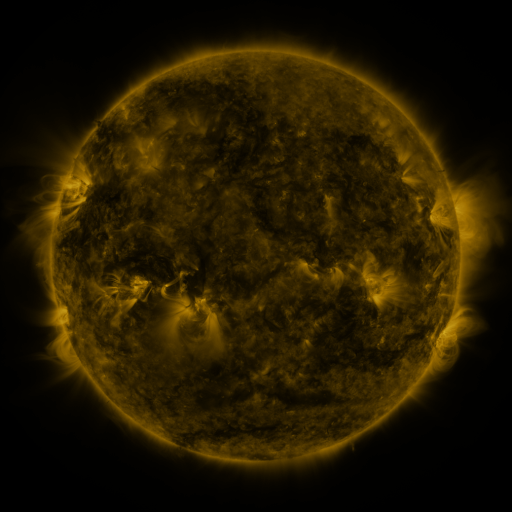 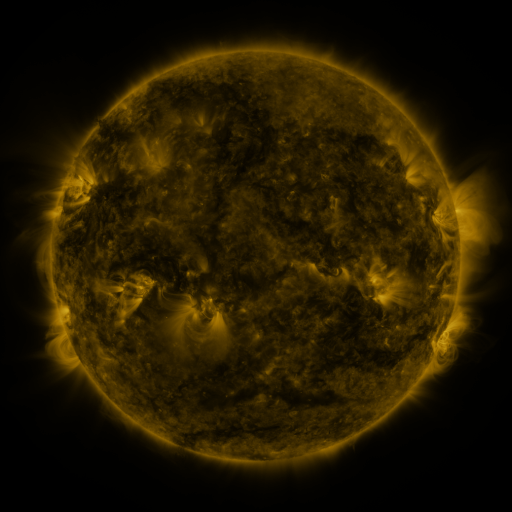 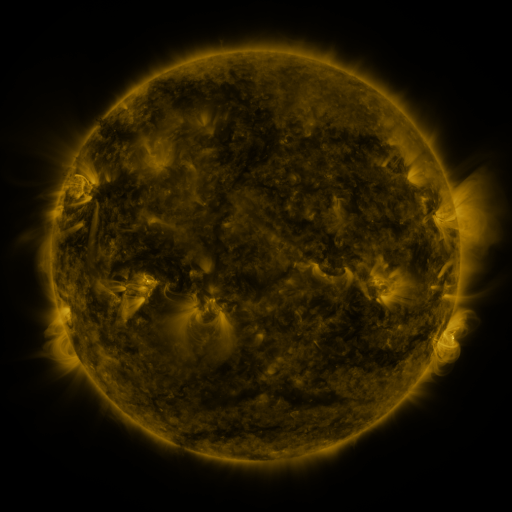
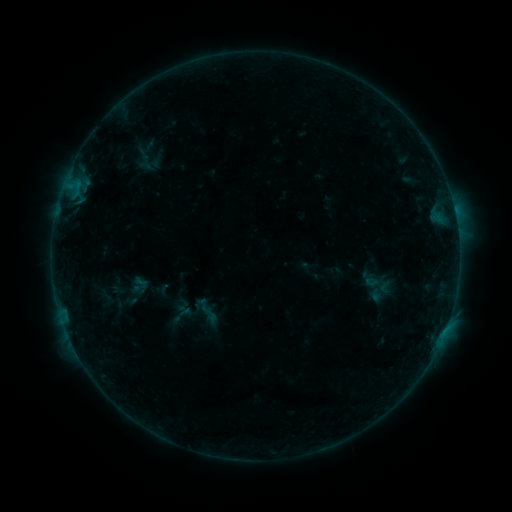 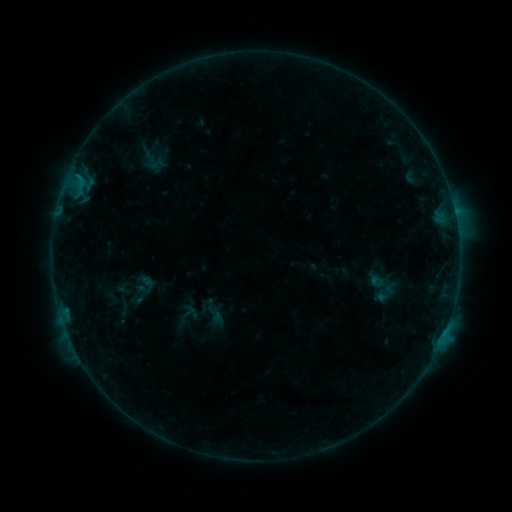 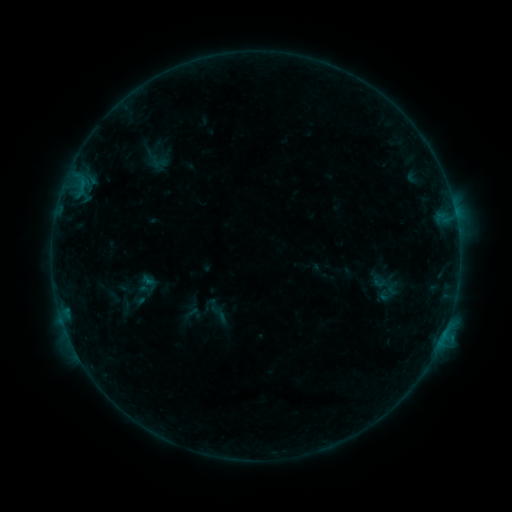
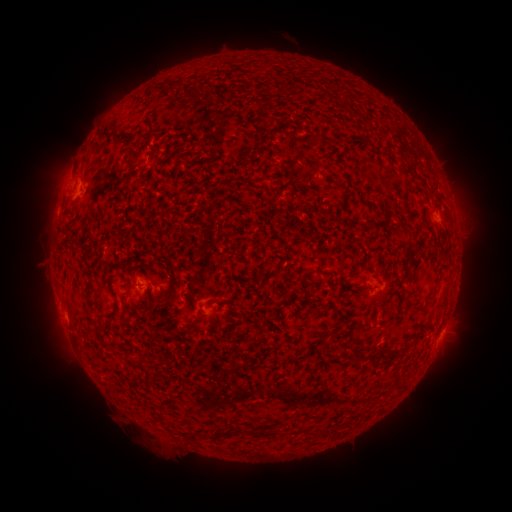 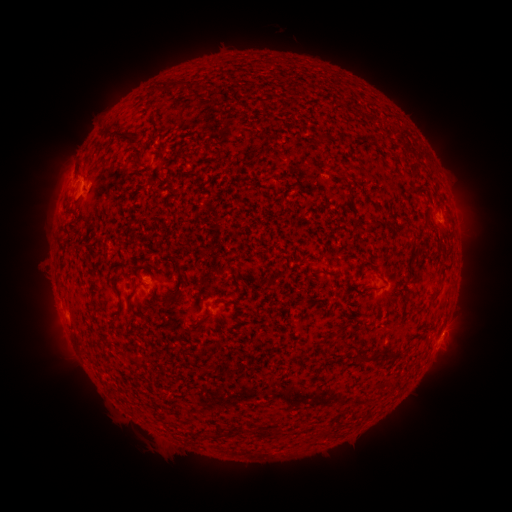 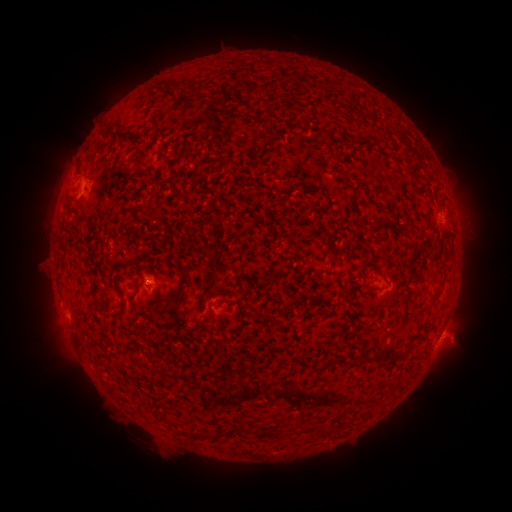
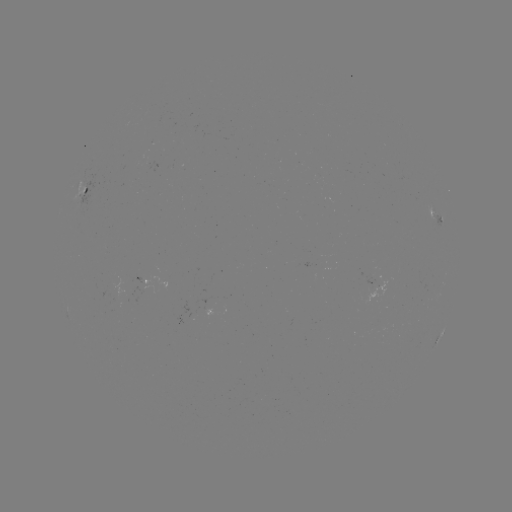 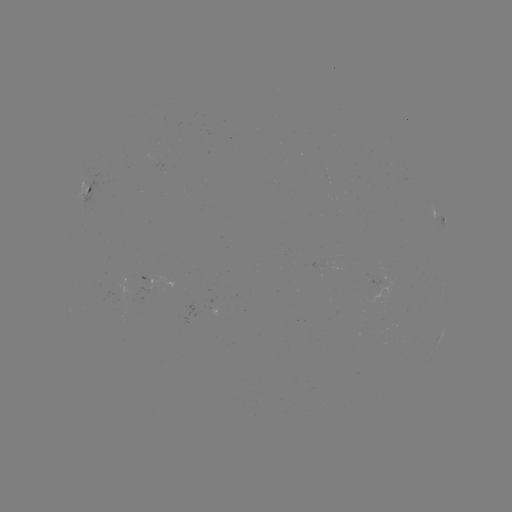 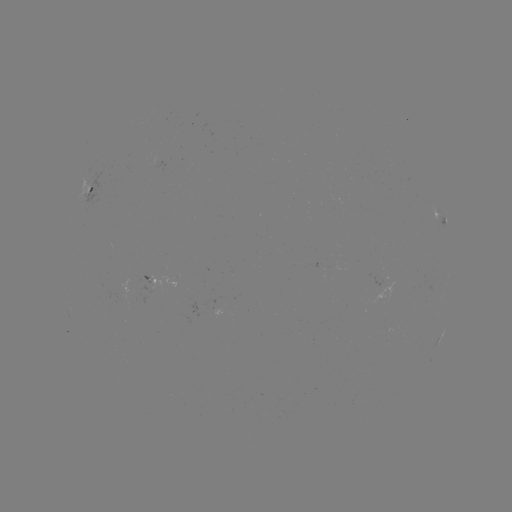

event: flare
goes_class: B4.1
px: (78, 178)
